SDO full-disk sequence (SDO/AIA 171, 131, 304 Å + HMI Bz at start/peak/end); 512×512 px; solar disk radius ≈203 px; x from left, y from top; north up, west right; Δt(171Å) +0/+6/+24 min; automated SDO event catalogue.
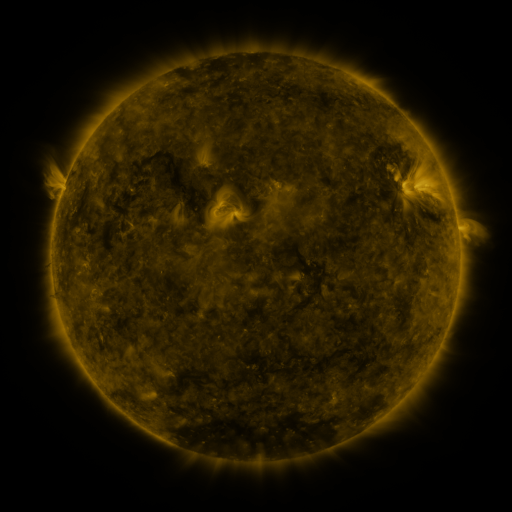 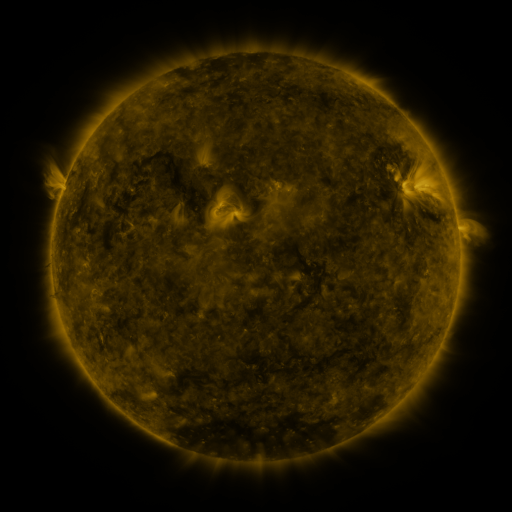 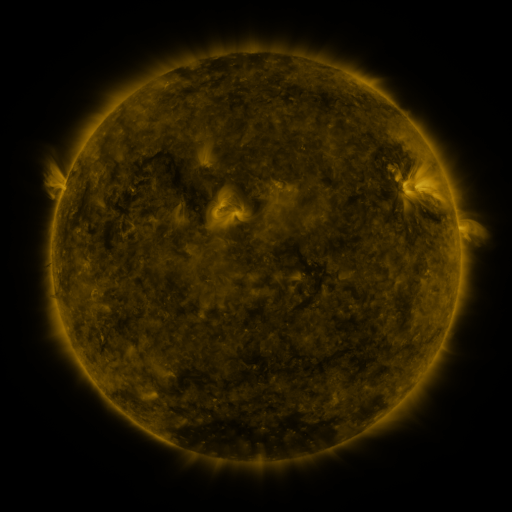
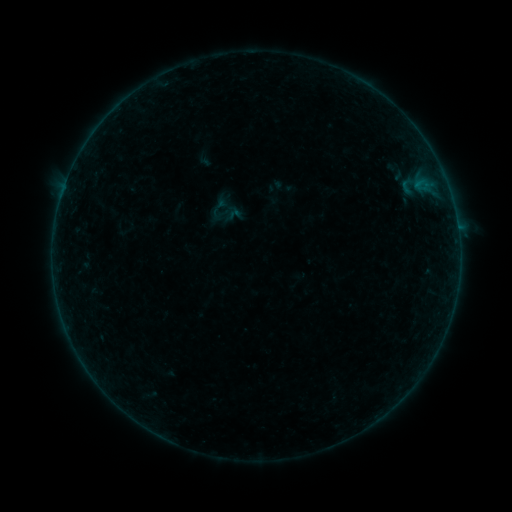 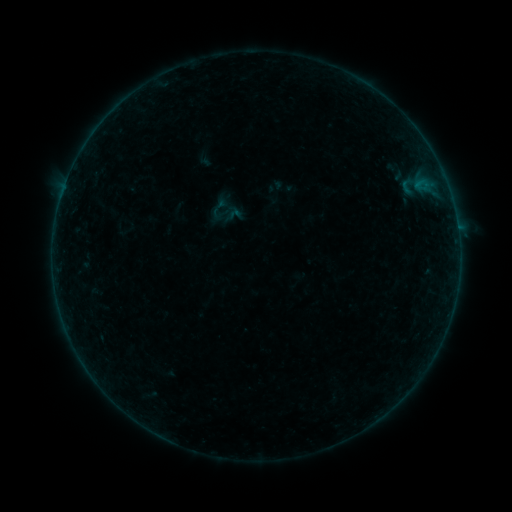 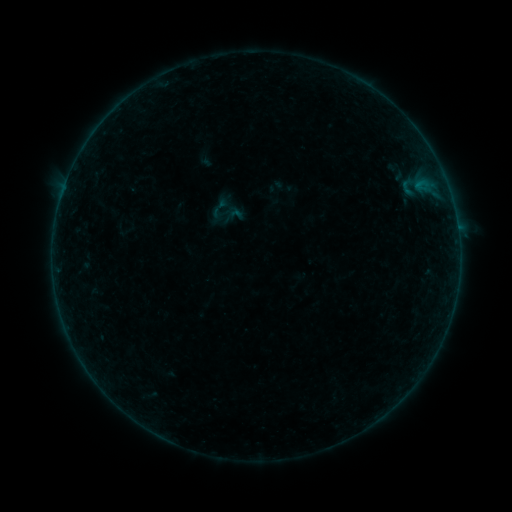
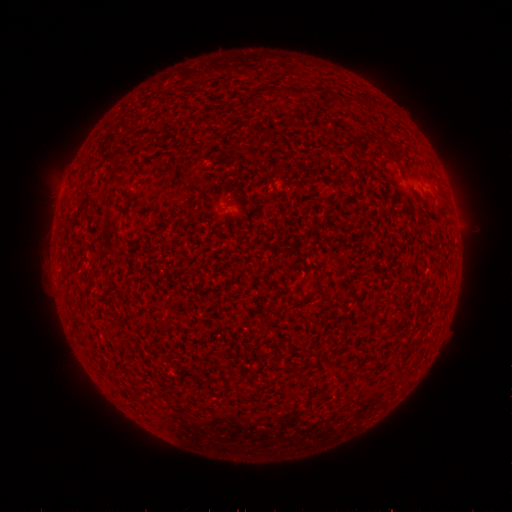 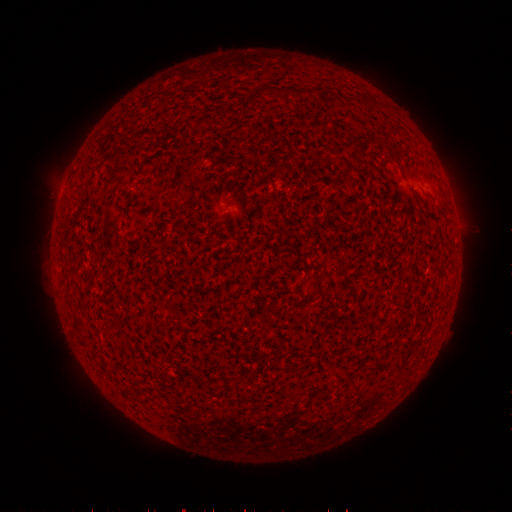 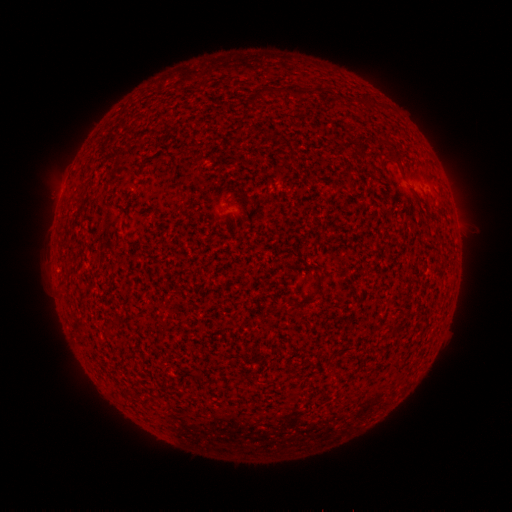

nothing was catalogued: no classed flare, no EUV trigger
